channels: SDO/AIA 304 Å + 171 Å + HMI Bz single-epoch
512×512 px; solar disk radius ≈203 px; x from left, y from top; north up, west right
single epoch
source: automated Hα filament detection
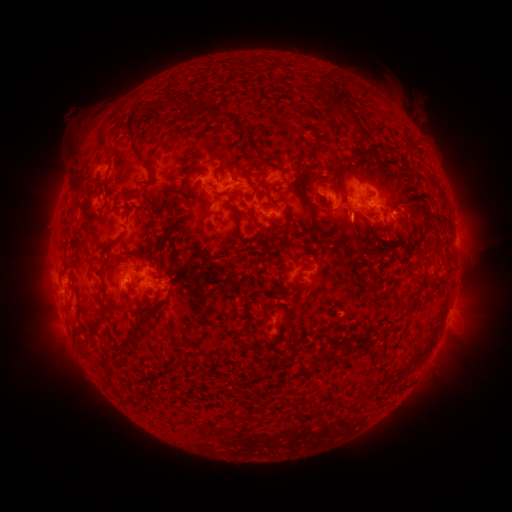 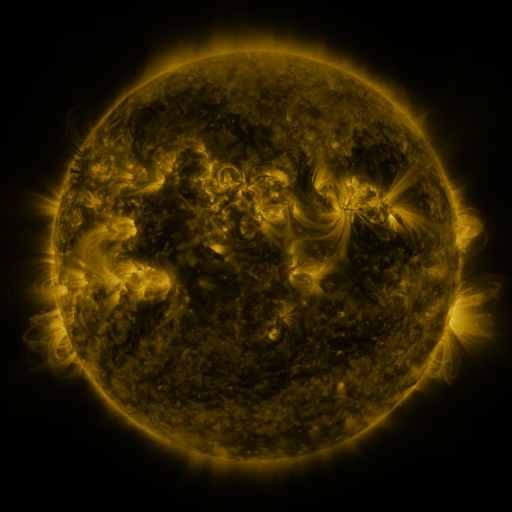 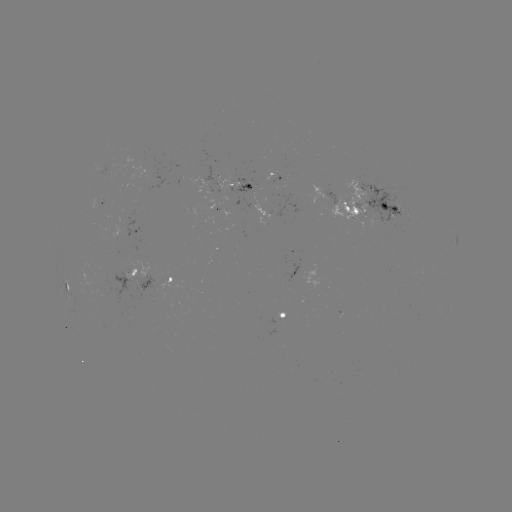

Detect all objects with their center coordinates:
filament: <bbox>193, 106, 208, 114</bbox>
filament: <bbox>126, 109, 141, 141</bbox>
filament: <bbox>210, 111, 223, 121</bbox>
filament: <bbox>230, 115, 237, 125</bbox>
filament: <bbox>237, 121, 250, 141</bbox>
filament: <bbox>381, 151, 391, 165</bbox>
filament: <bbox>295, 160, 302, 174</bbox>
filament: <bbox>346, 161, 356, 175</bbox>
filament: <bbox>213, 165, 242, 184</bbox>
filament: <bbox>70, 173, 88, 192</bbox>
filament: <bbox>287, 181, 305, 200</bbox>
filament: <bbox>211, 190, 223, 197</bbox>
filament: <bbox>264, 190, 272, 201</bbox>
filament: <bbox>301, 196, 319, 227</bbox>
filament: <bbox>380, 203, 398, 213</bbox>
filament: <bbox>249, 210, 256, 223</bbox>
filament: <bbox>364, 212, 376, 219</bbox>
filament: <bbox>349, 240, 362, 251</bbox>
filament: <bbox>302, 244, 313, 255</bbox>
filament: <bbox>136, 274, 146, 285</bbox>
filament: <bbox>288, 282, 305, 291</bbox>
filament: <bbox>132, 310, 152, 336</bbox>
filament: <bbox>340, 345, 352, 354</bbox>
filament: <bbox>311, 350, 328, 368</bbox>
